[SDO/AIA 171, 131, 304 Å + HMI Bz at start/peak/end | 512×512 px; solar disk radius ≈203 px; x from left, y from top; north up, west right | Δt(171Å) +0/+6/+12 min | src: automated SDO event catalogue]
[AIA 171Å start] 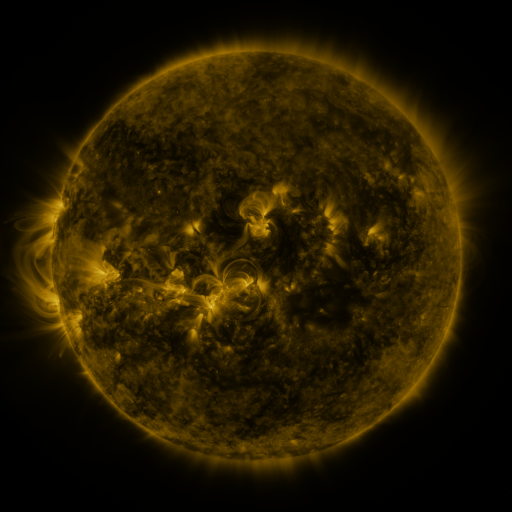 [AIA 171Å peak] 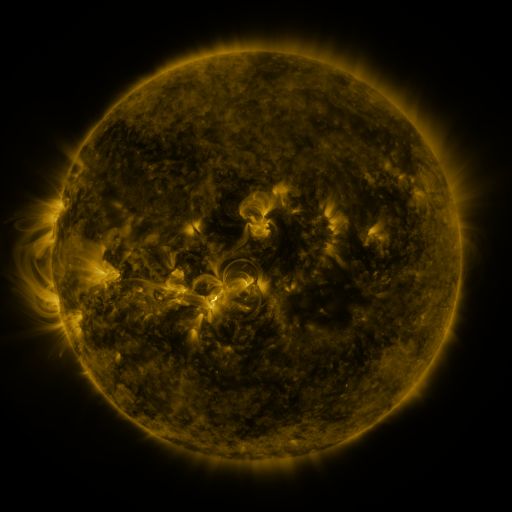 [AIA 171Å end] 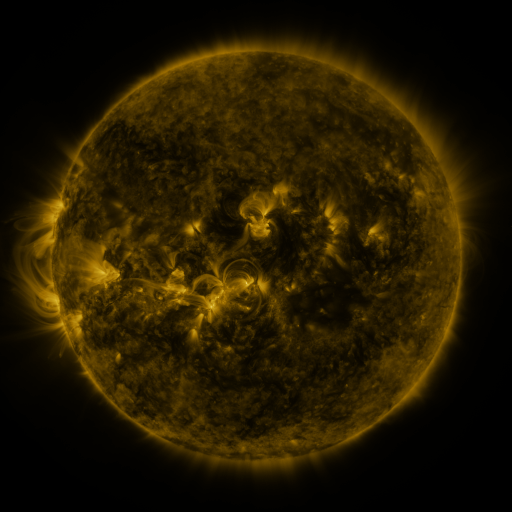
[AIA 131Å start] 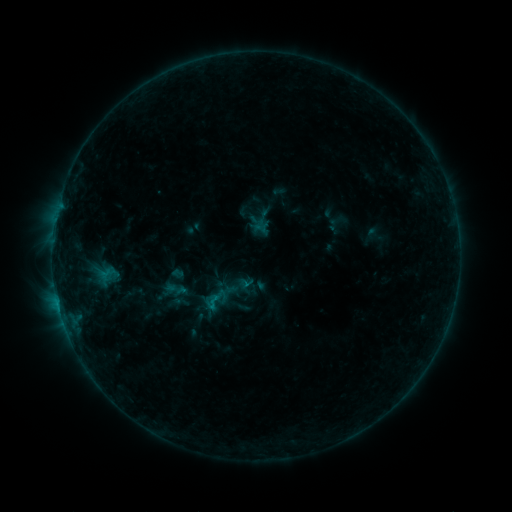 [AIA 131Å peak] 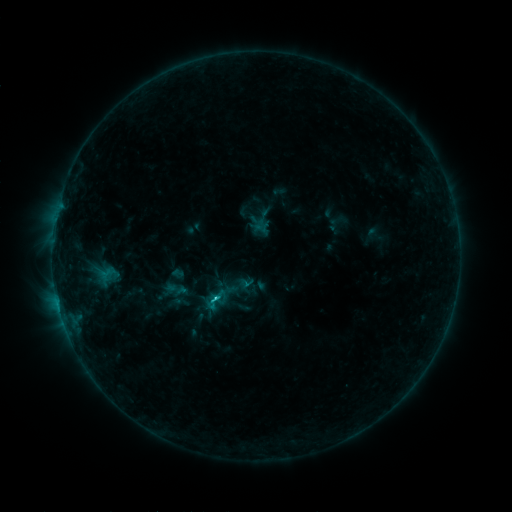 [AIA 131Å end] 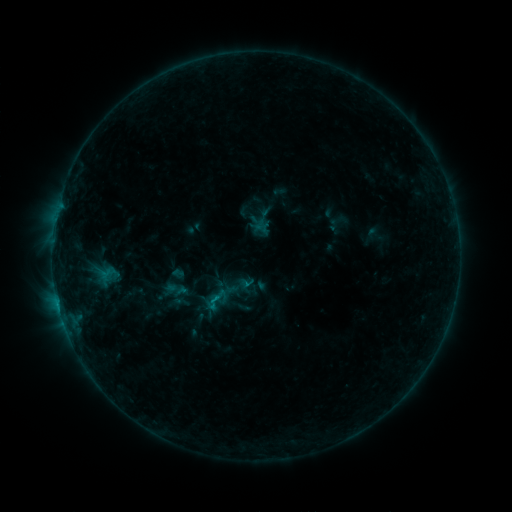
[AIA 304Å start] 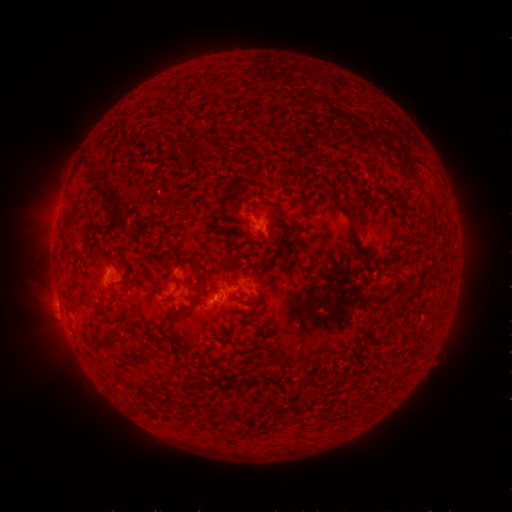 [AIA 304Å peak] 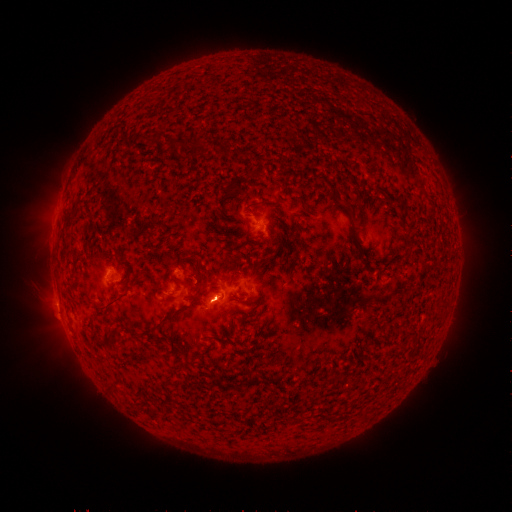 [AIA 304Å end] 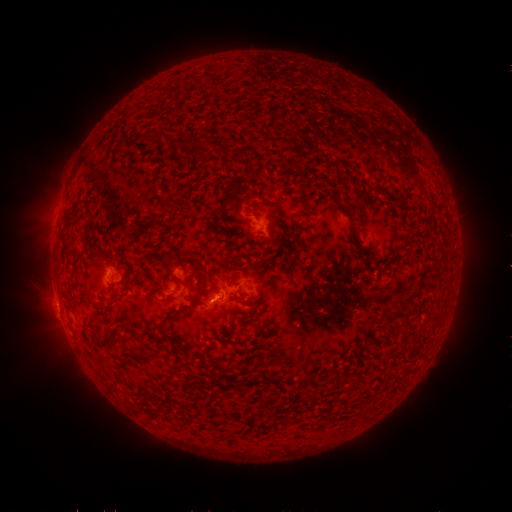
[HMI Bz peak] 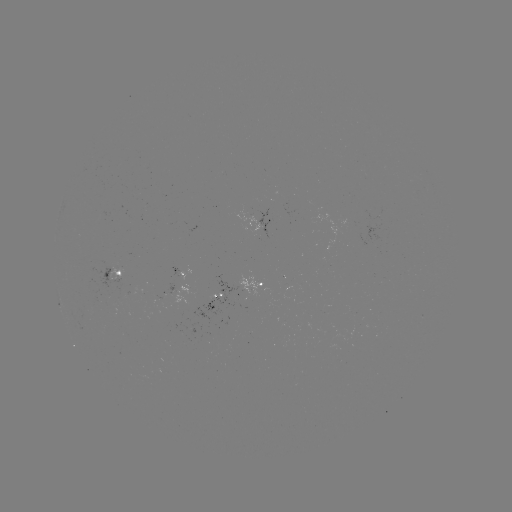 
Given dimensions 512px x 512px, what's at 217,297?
C1.2 flare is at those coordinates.